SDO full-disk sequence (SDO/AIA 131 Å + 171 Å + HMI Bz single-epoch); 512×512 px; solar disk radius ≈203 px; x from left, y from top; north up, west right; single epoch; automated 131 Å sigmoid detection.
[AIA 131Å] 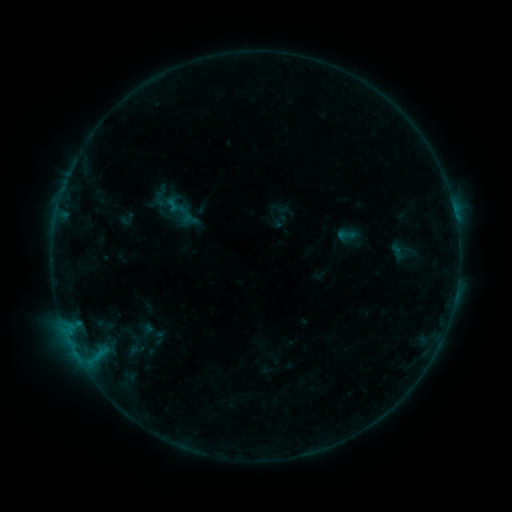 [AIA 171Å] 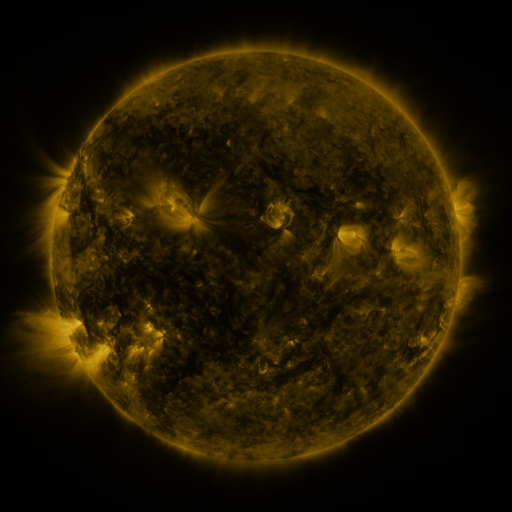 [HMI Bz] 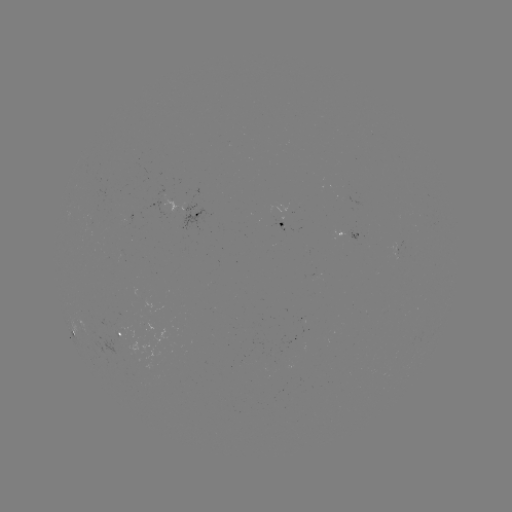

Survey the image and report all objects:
sigmoid: (346, 235)
